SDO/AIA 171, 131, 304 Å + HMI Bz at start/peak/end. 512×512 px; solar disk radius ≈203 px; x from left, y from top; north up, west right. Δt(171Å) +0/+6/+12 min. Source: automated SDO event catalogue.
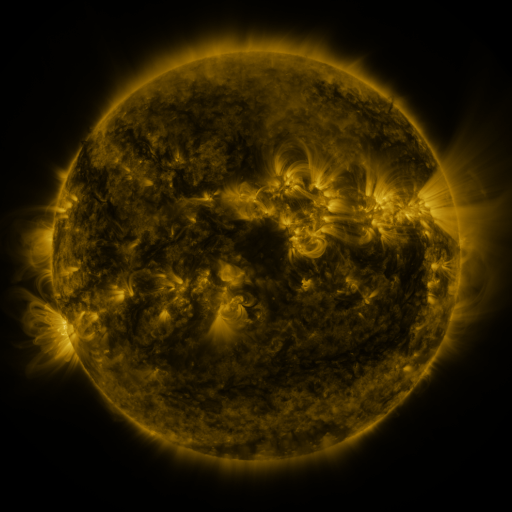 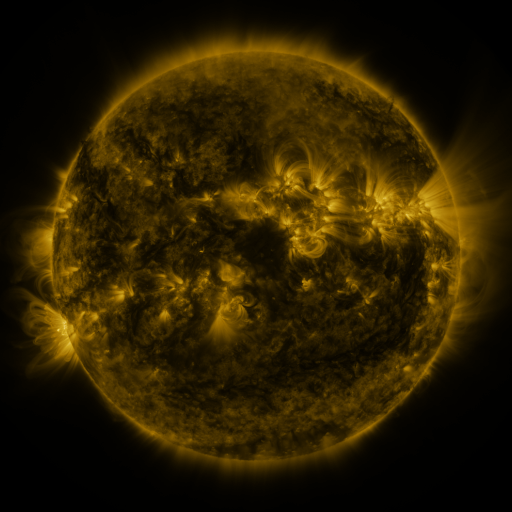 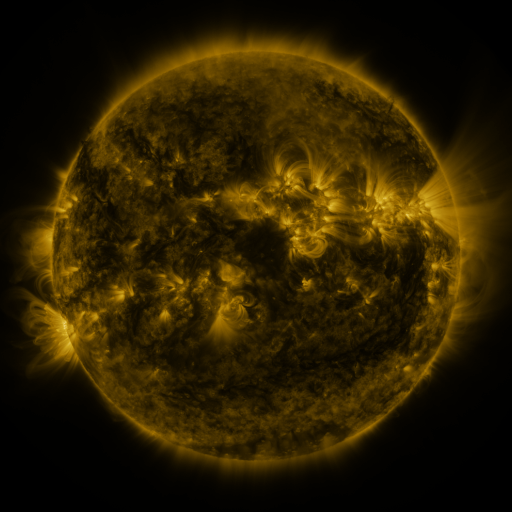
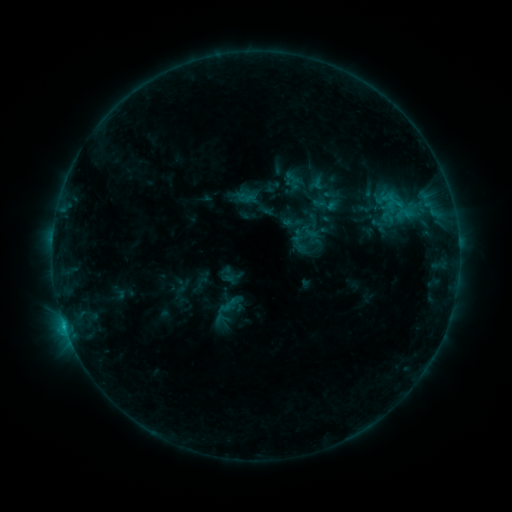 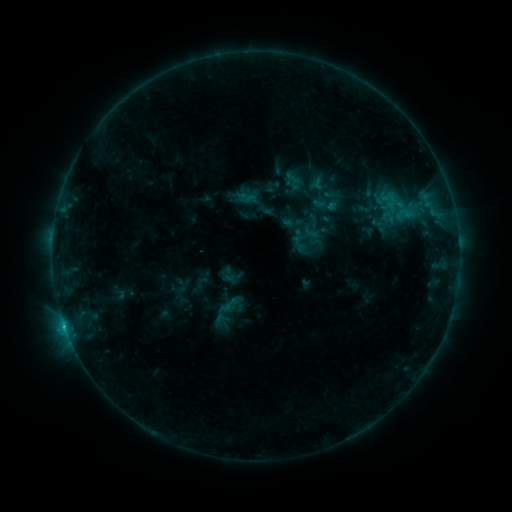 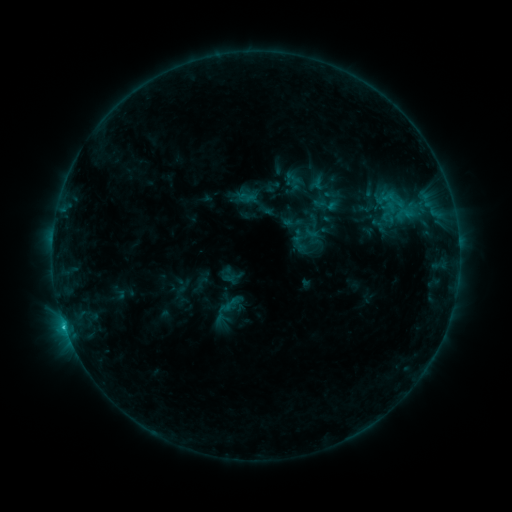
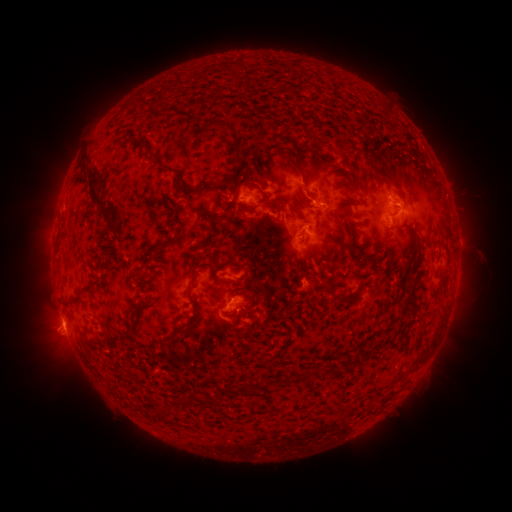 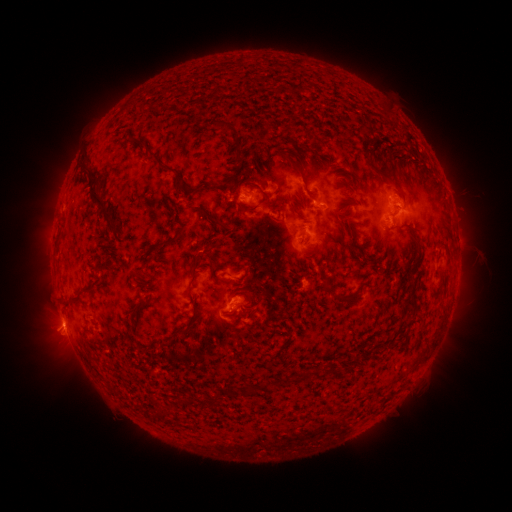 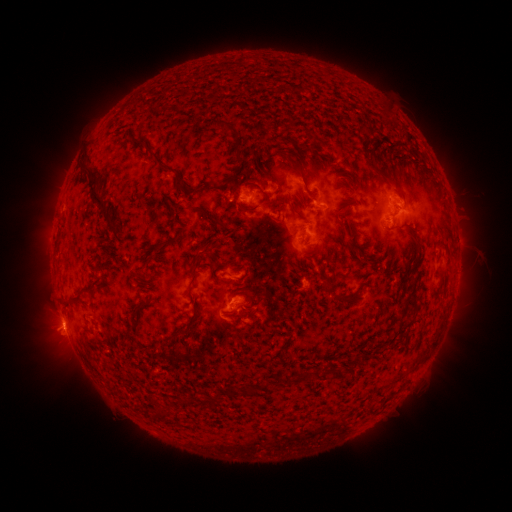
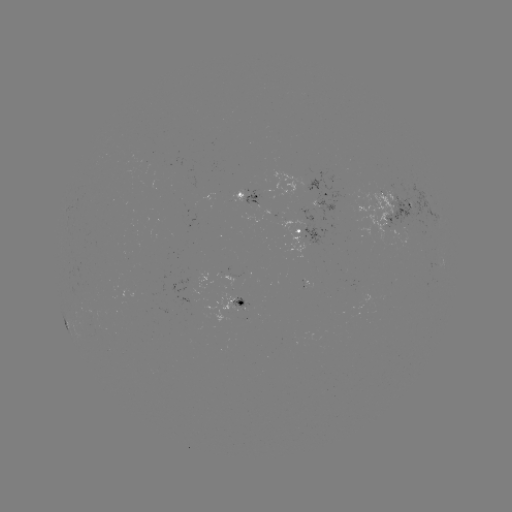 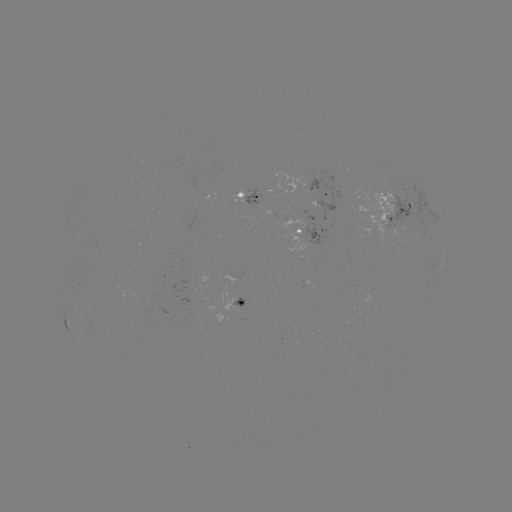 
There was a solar flare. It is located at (65, 322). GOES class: C1.1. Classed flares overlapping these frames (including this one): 1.